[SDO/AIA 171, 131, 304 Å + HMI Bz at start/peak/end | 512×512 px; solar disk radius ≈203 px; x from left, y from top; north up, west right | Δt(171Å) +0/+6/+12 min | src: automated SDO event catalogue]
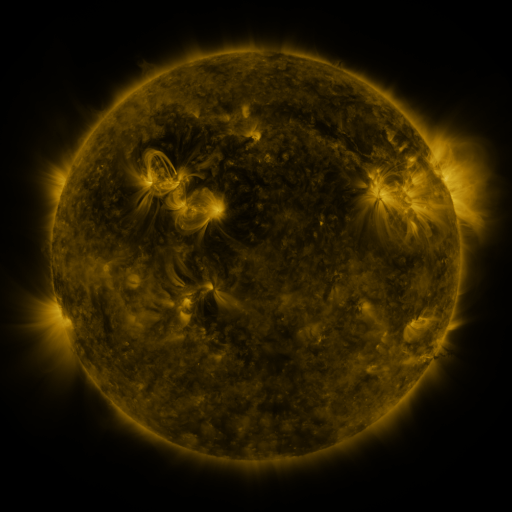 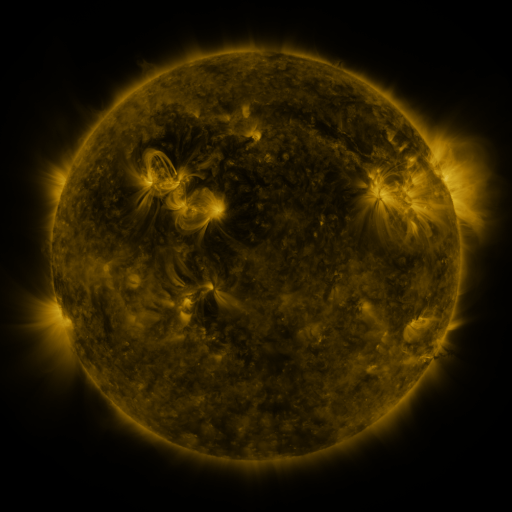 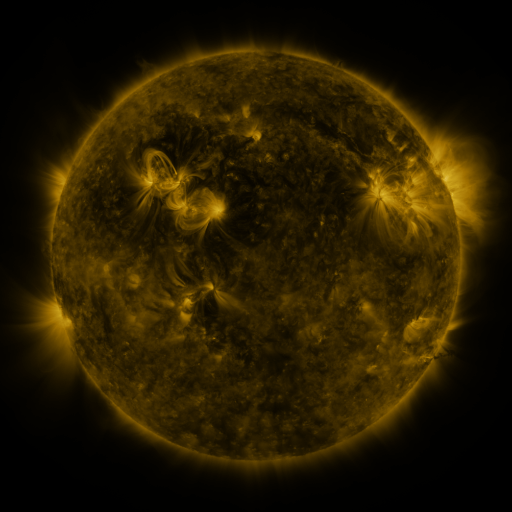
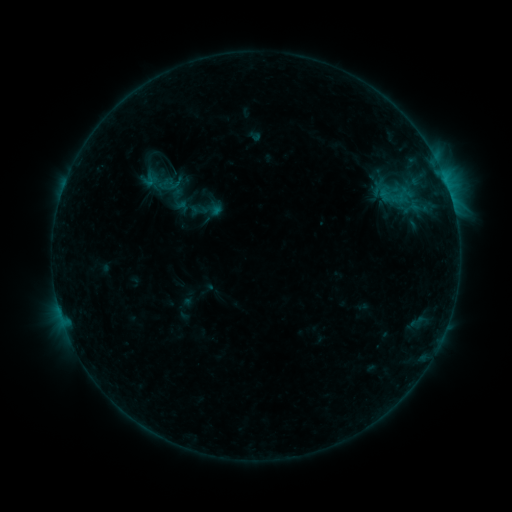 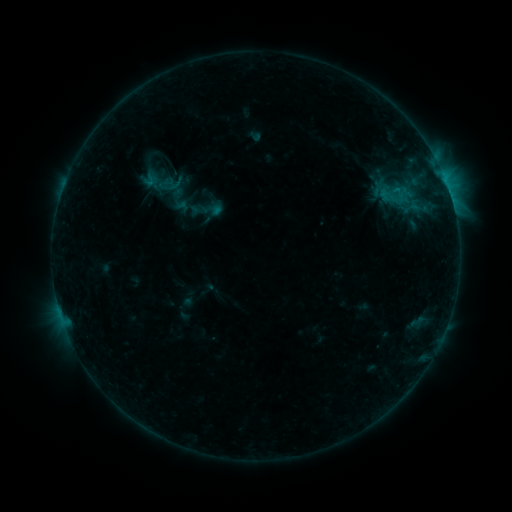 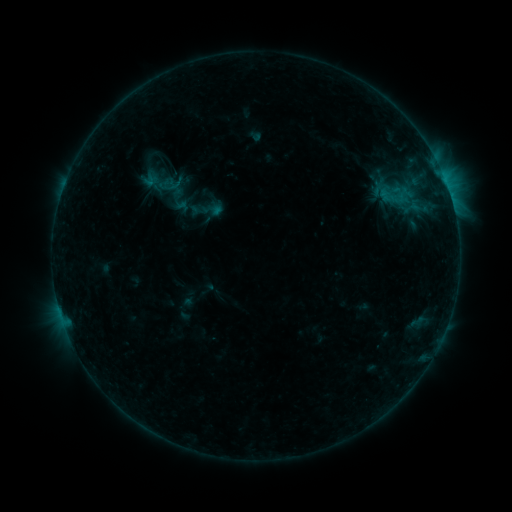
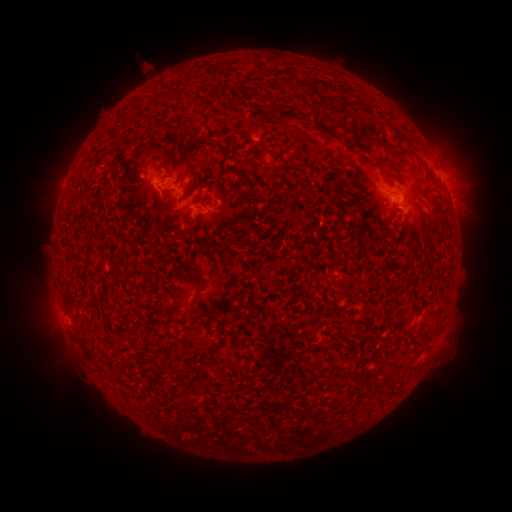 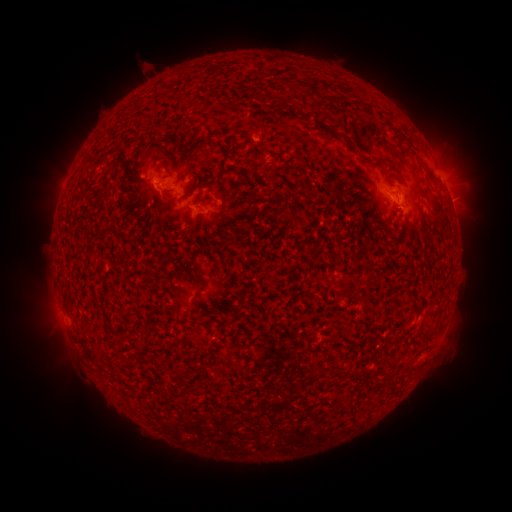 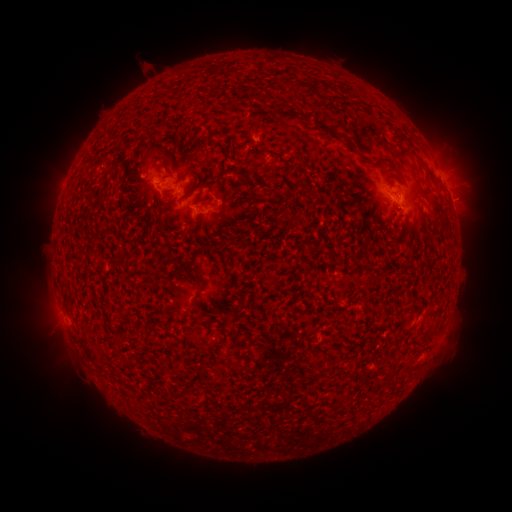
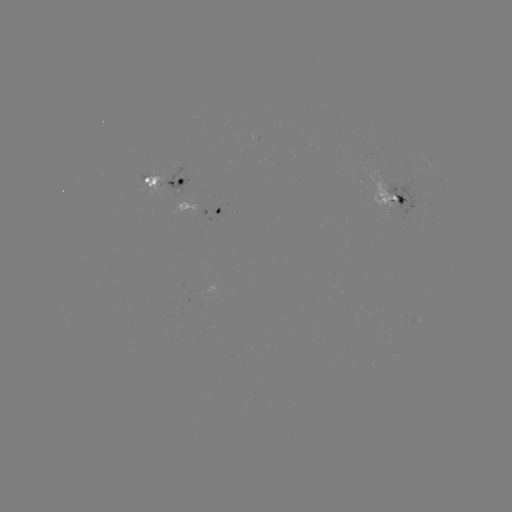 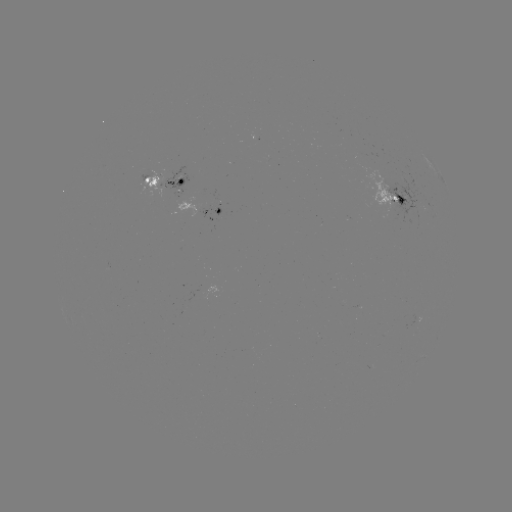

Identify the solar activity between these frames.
nothing was catalogued: no classed flare, no EUV trigger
